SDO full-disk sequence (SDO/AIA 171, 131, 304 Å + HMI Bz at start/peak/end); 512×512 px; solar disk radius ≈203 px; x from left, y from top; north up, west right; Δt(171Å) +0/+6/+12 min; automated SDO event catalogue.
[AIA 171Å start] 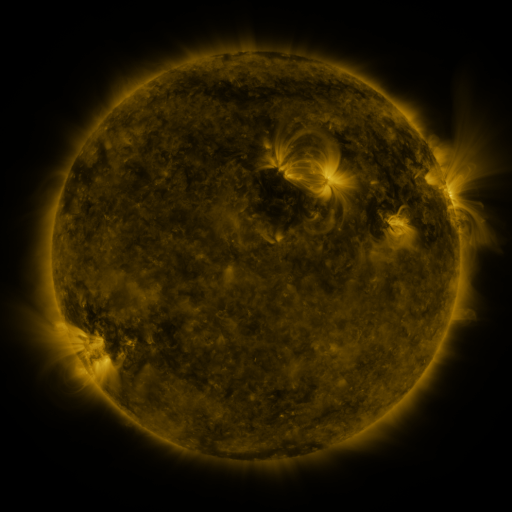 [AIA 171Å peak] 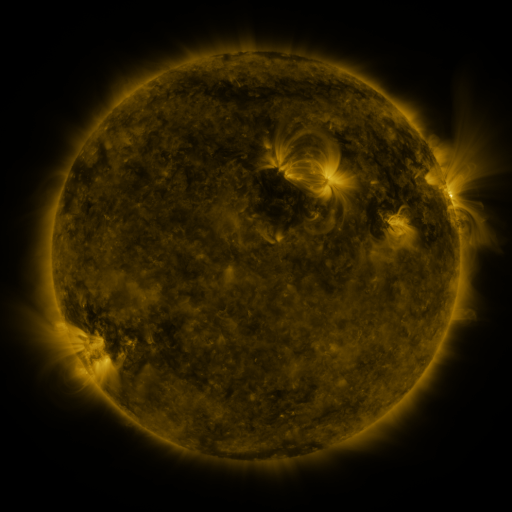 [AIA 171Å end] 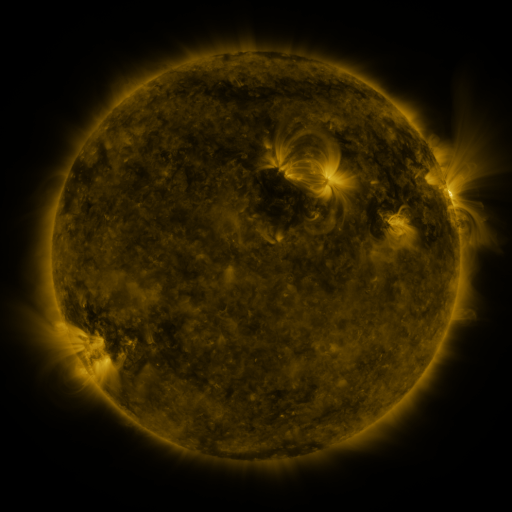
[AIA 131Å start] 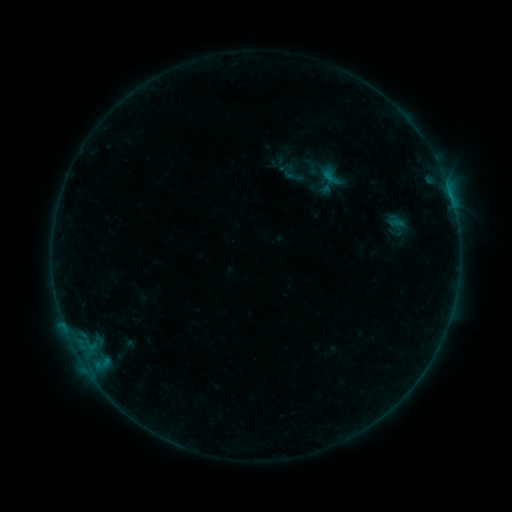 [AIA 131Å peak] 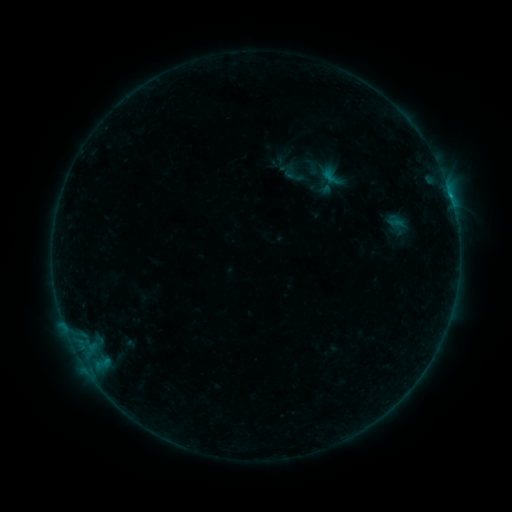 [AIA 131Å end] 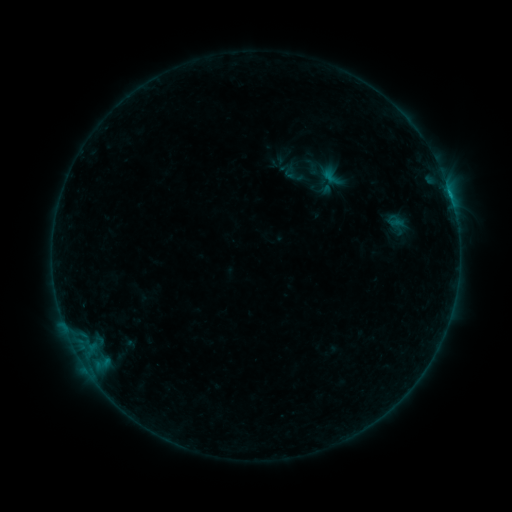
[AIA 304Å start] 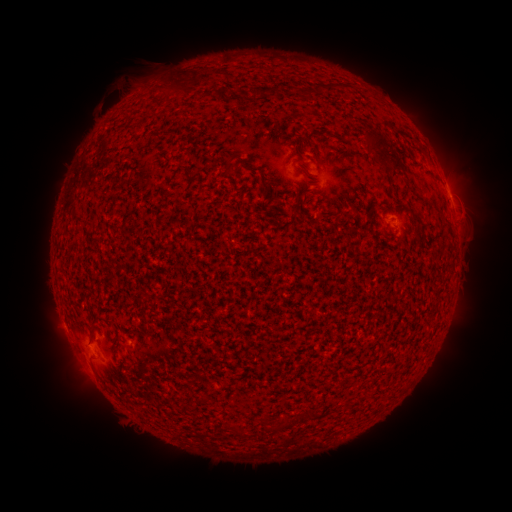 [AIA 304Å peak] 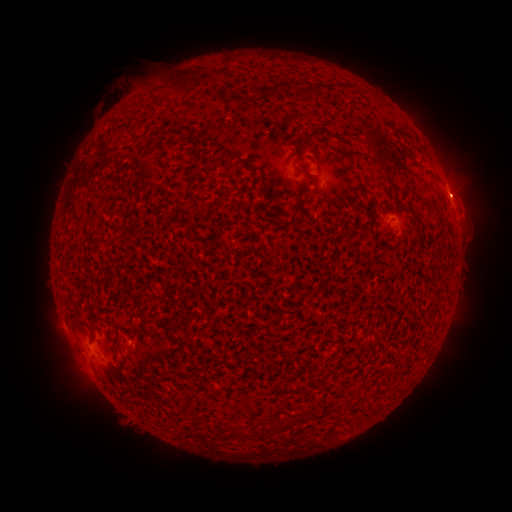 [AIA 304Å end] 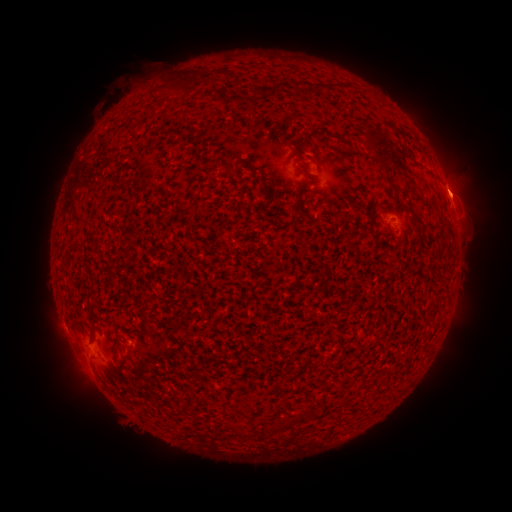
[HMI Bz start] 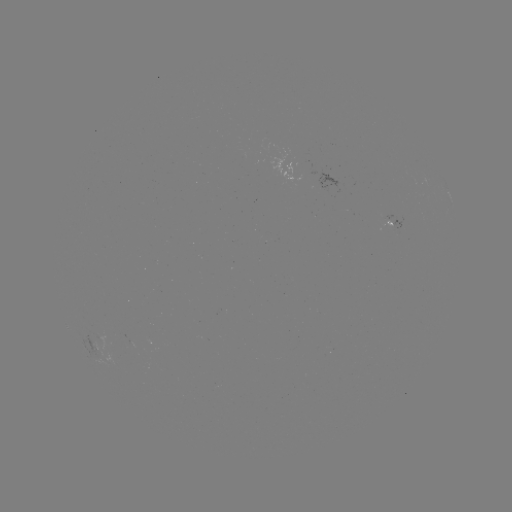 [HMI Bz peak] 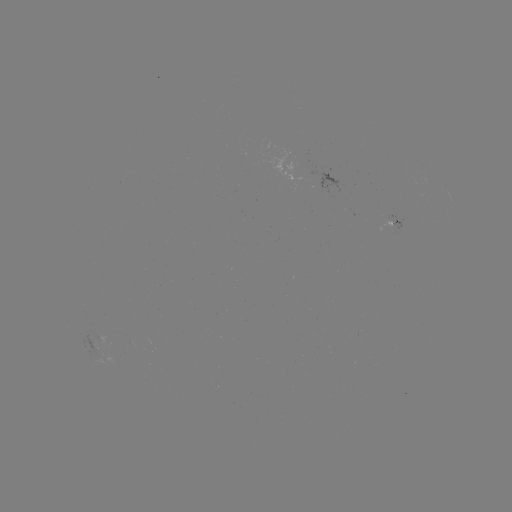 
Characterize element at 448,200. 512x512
B2.3 flare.